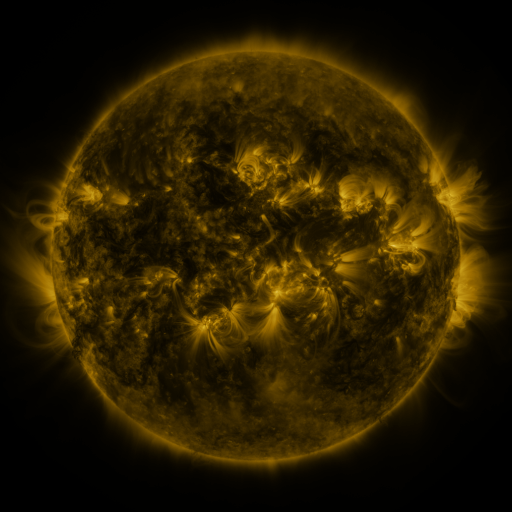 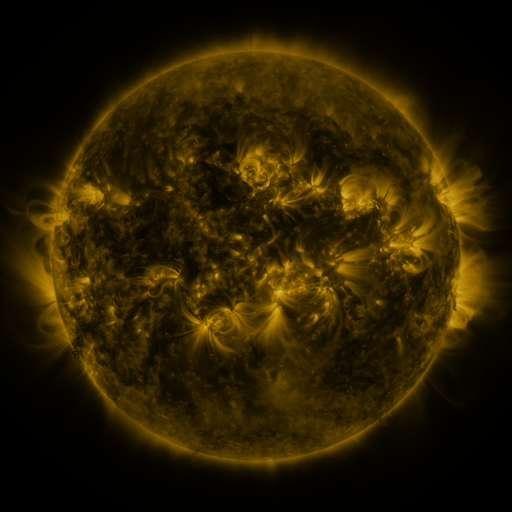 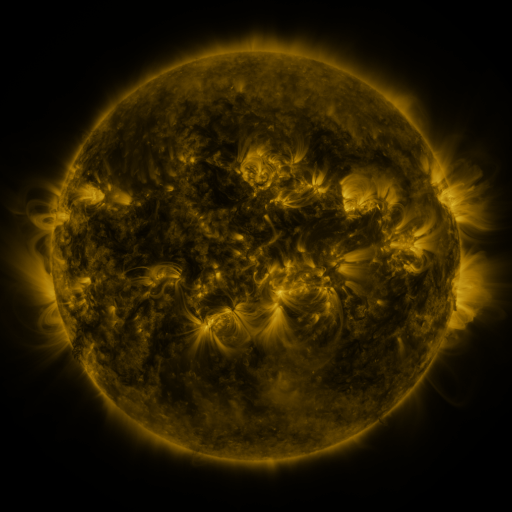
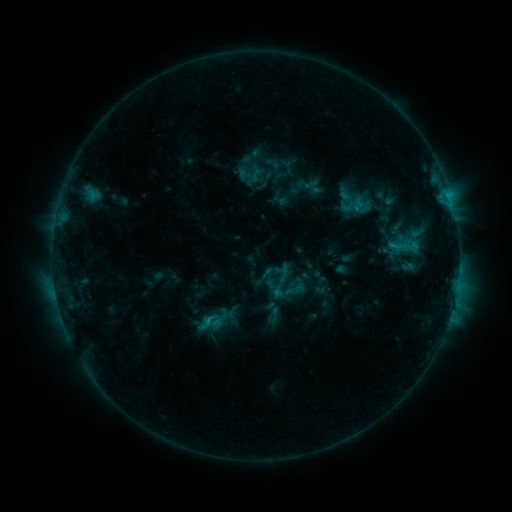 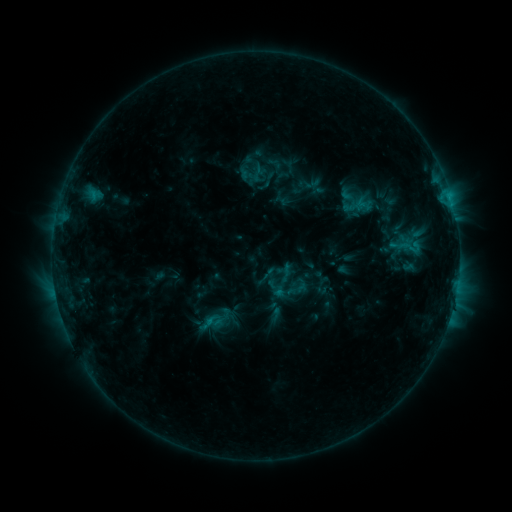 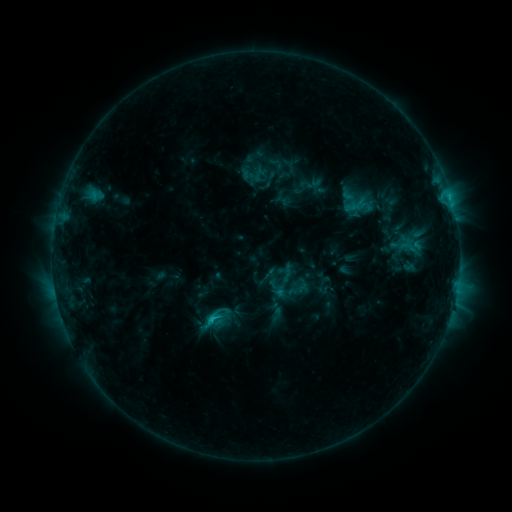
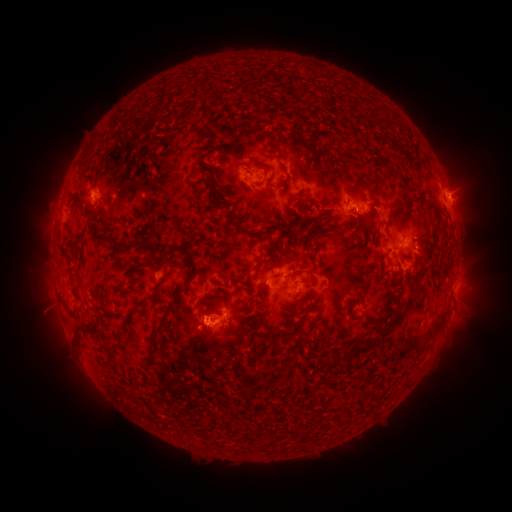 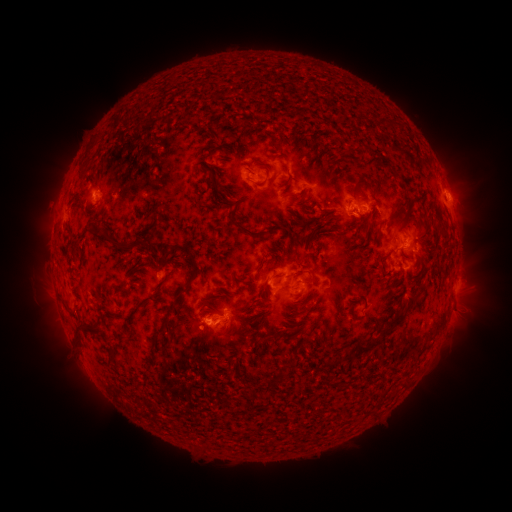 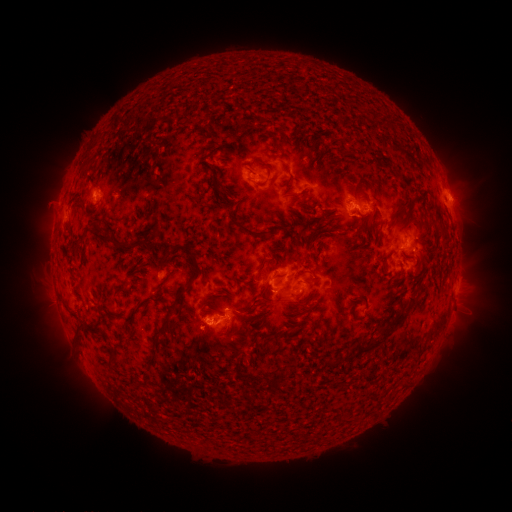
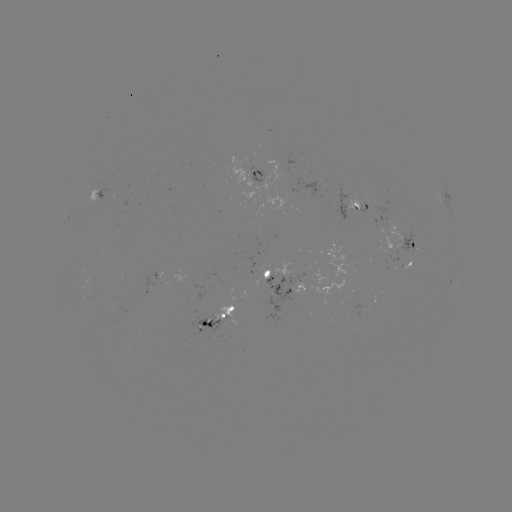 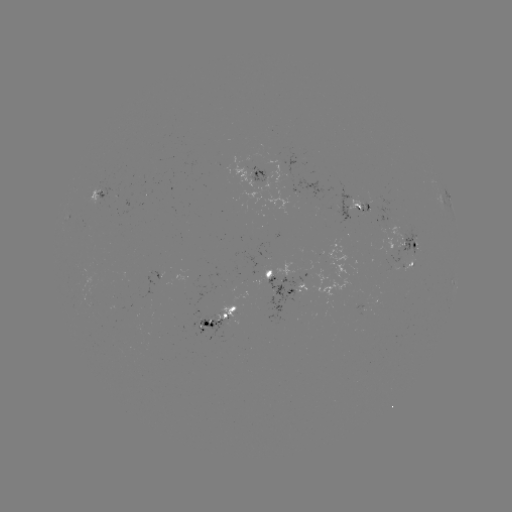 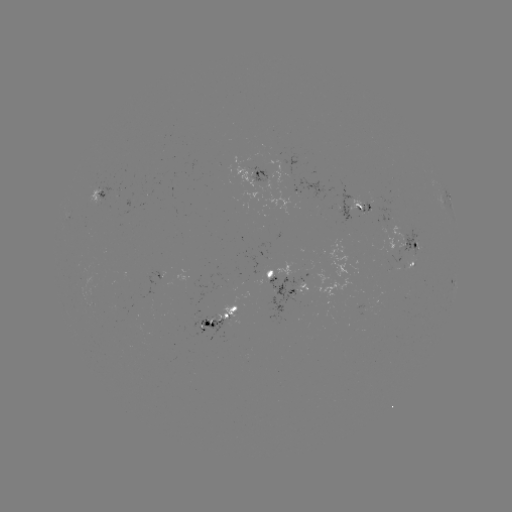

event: emerging-flux region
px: (294, 281)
